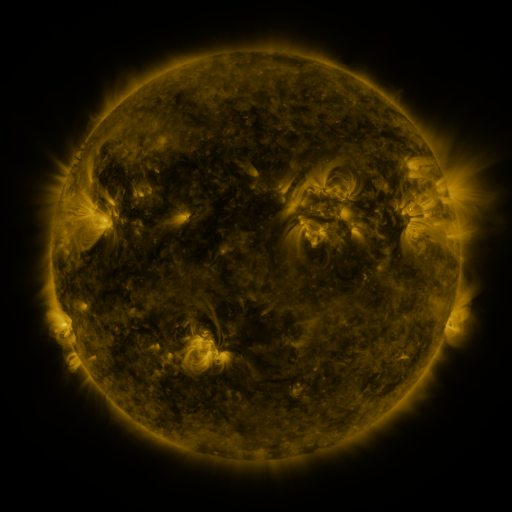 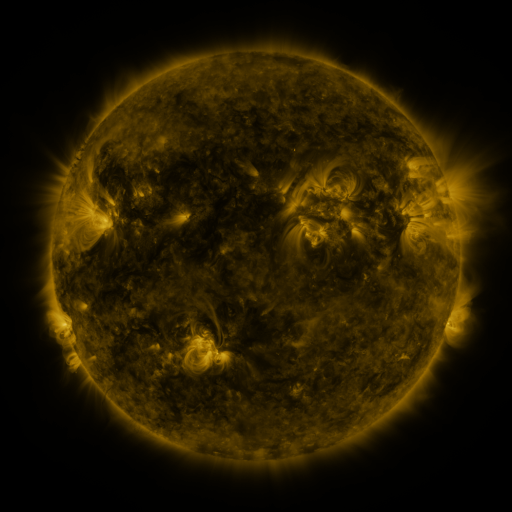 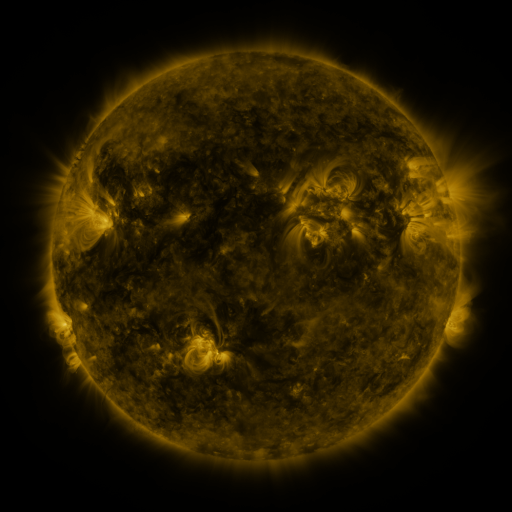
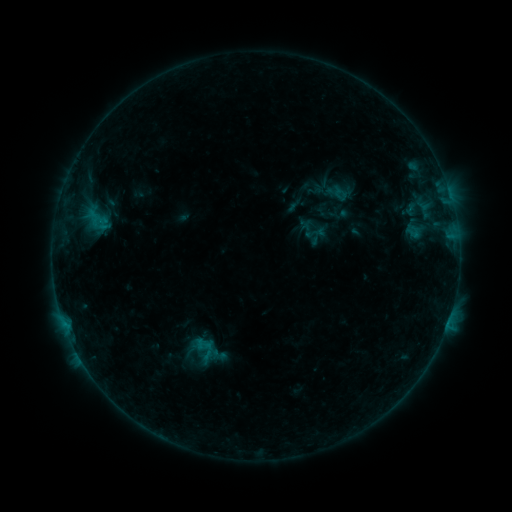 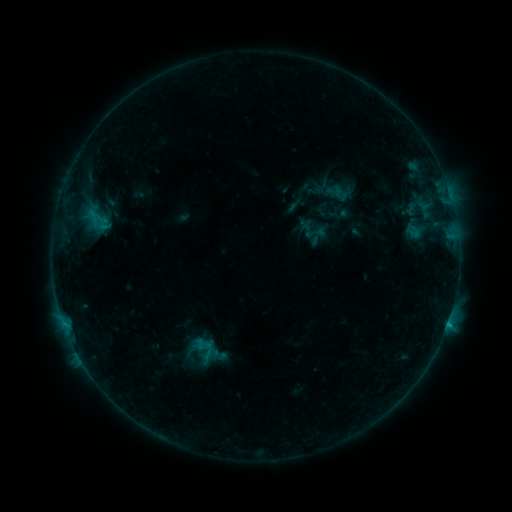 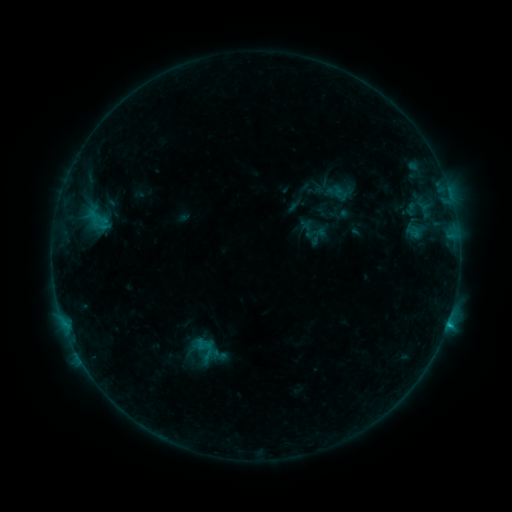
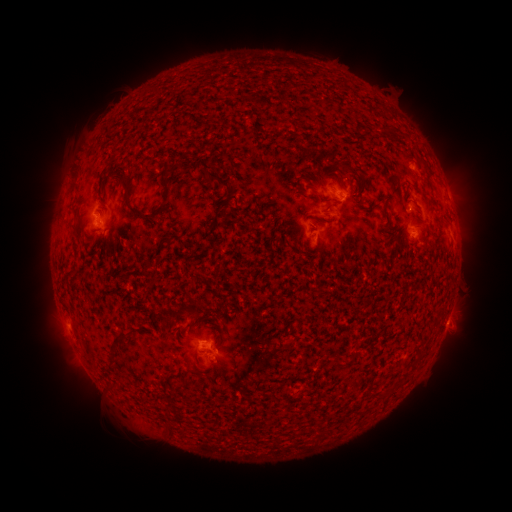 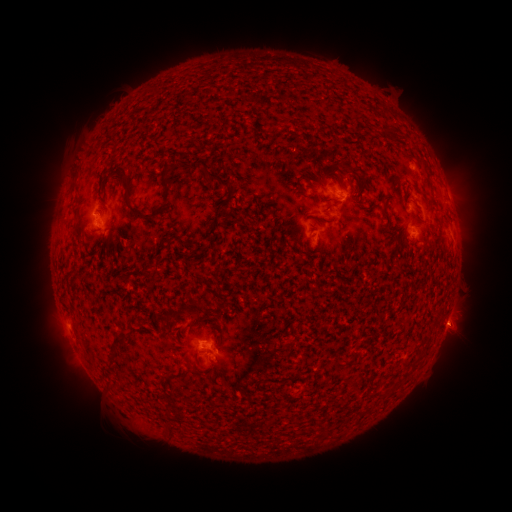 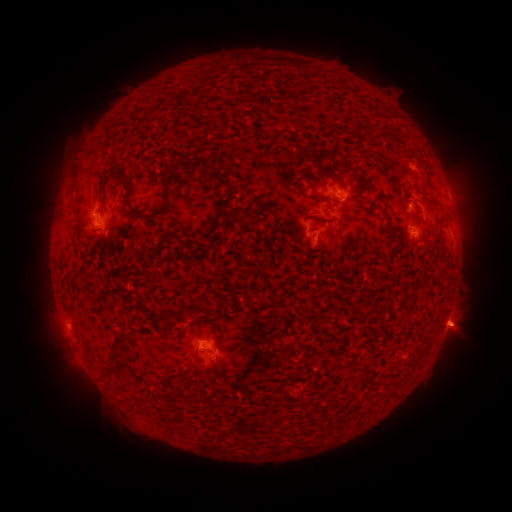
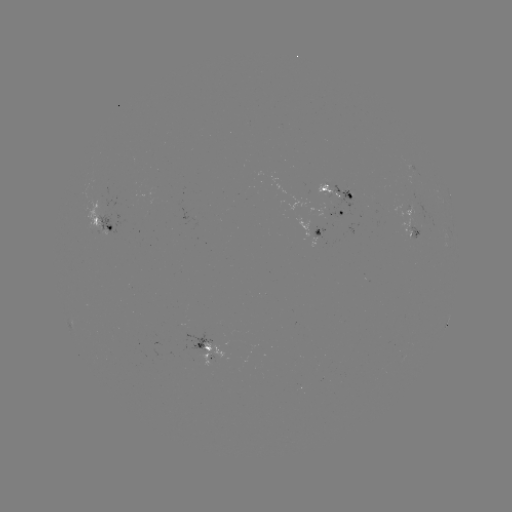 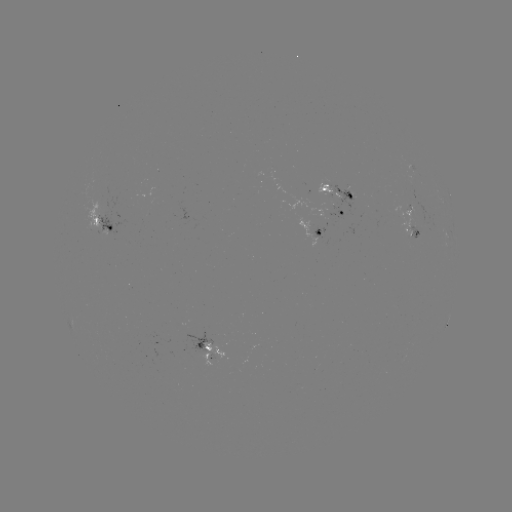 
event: flare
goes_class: B6.3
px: (447, 322)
